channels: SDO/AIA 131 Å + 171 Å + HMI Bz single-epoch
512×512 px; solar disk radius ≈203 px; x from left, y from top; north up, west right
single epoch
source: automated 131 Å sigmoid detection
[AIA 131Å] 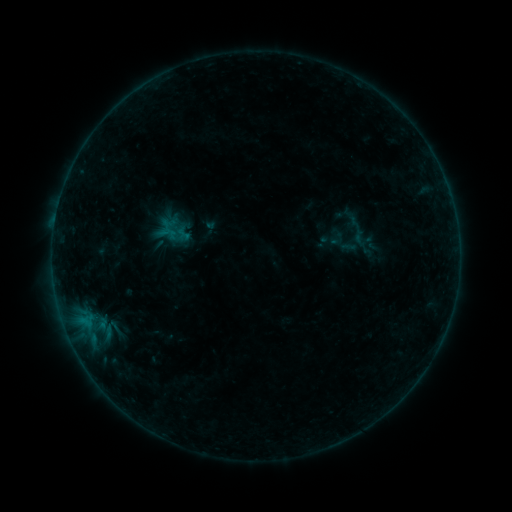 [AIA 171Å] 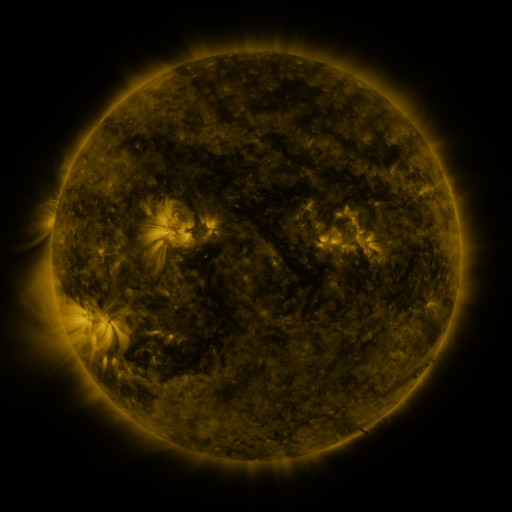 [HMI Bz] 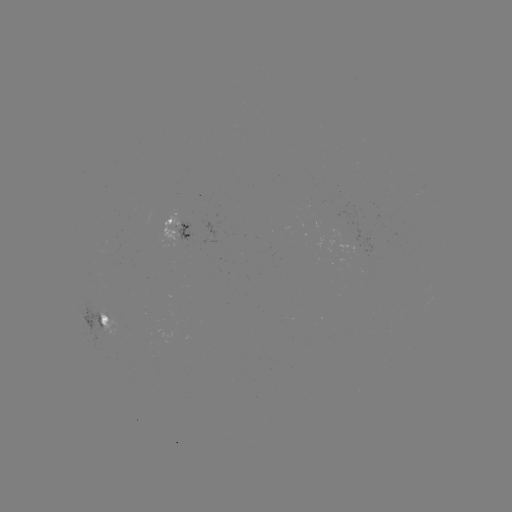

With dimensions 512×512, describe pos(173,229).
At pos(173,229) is sigmoid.